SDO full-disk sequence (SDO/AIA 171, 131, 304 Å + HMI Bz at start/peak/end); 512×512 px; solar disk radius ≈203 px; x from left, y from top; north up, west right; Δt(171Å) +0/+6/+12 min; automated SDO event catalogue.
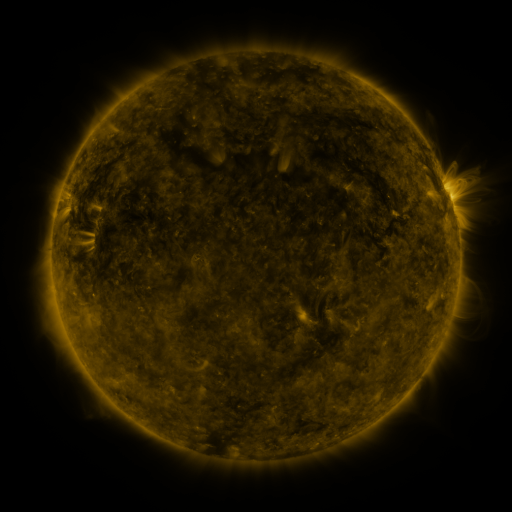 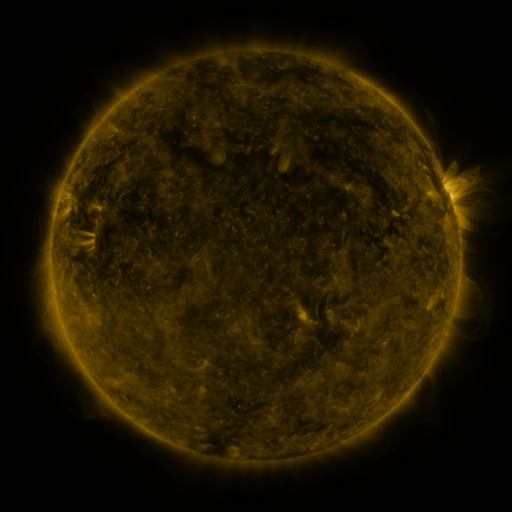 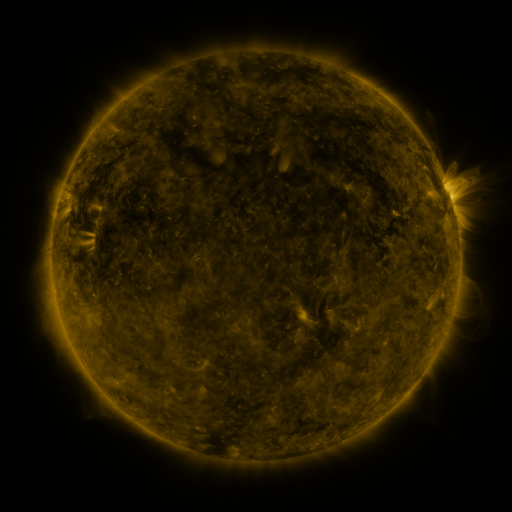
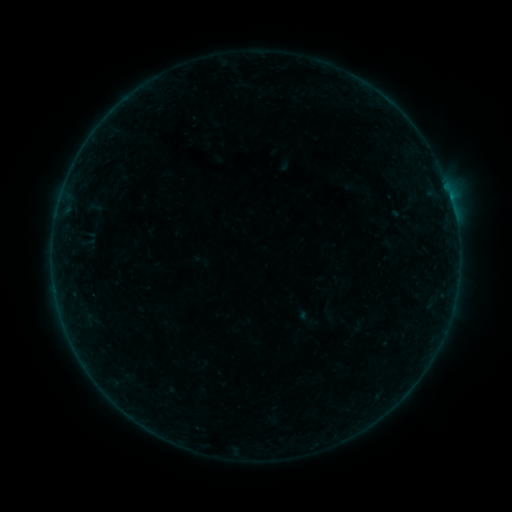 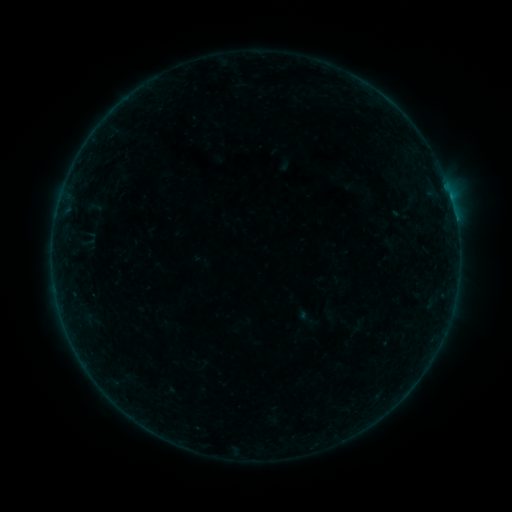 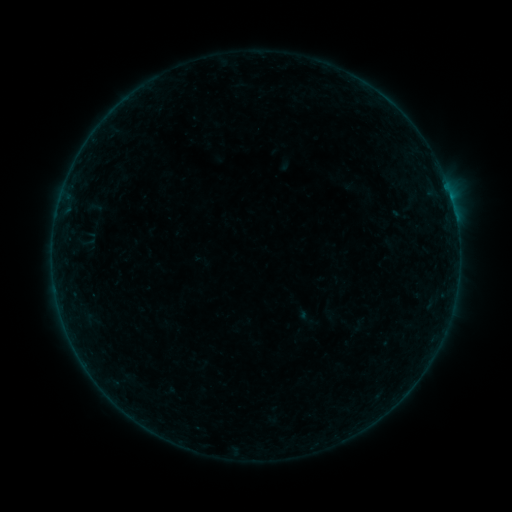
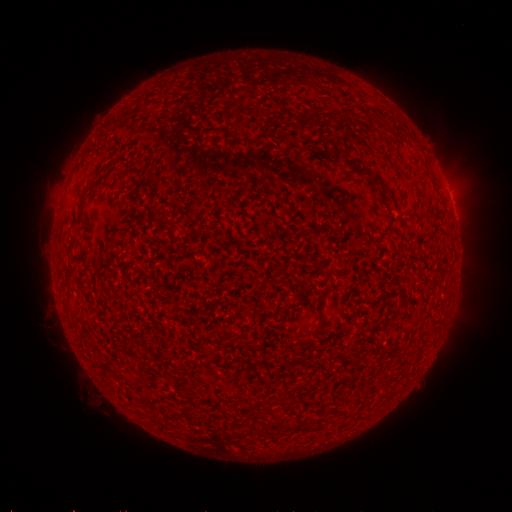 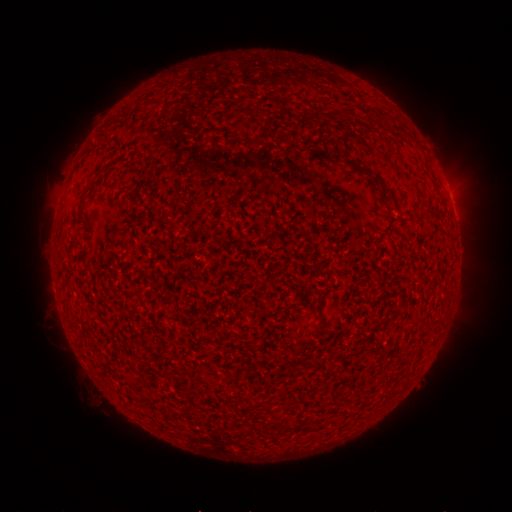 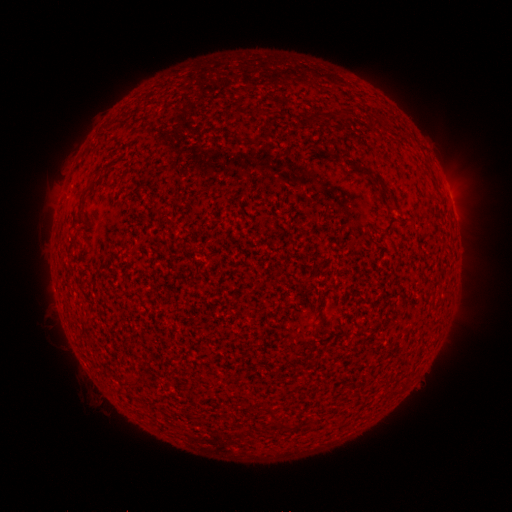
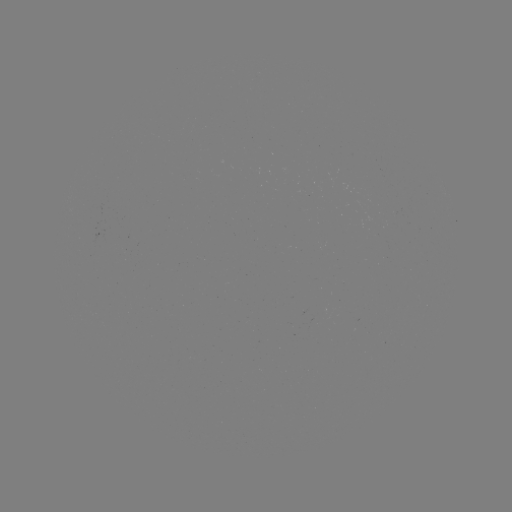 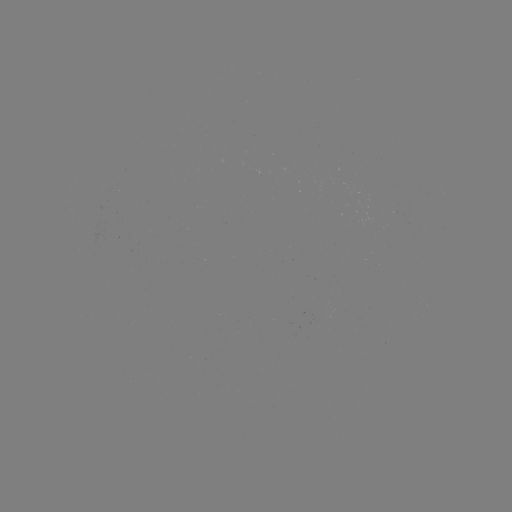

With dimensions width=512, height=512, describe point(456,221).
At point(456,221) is B1.4 flare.